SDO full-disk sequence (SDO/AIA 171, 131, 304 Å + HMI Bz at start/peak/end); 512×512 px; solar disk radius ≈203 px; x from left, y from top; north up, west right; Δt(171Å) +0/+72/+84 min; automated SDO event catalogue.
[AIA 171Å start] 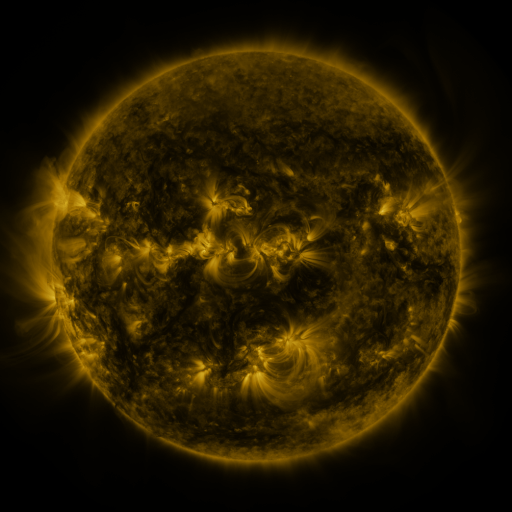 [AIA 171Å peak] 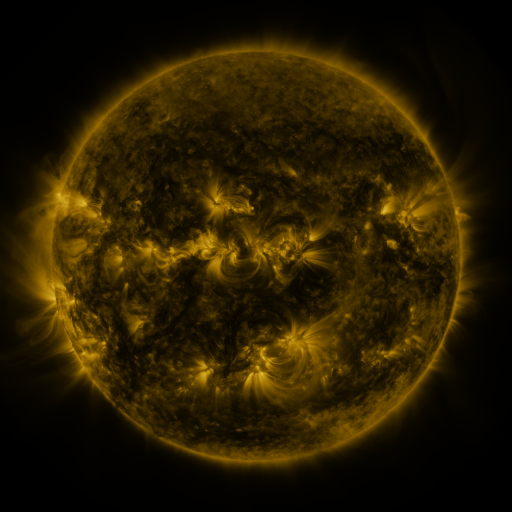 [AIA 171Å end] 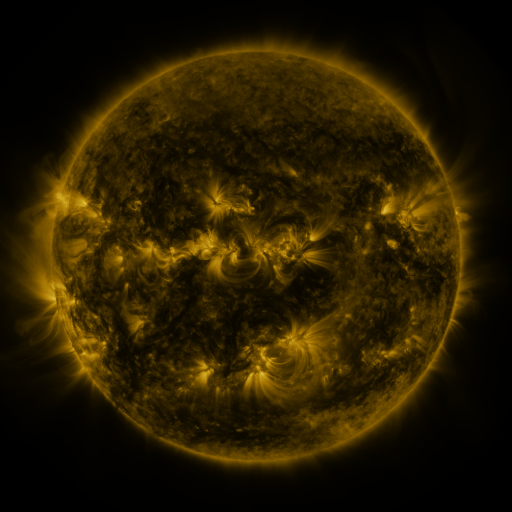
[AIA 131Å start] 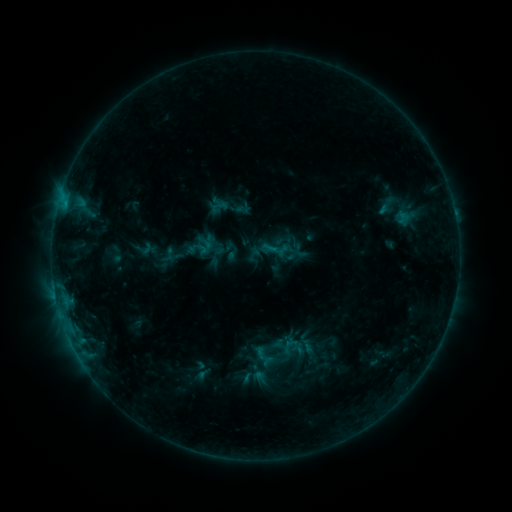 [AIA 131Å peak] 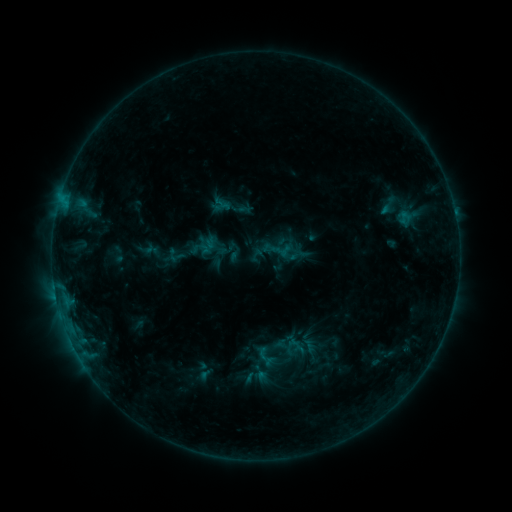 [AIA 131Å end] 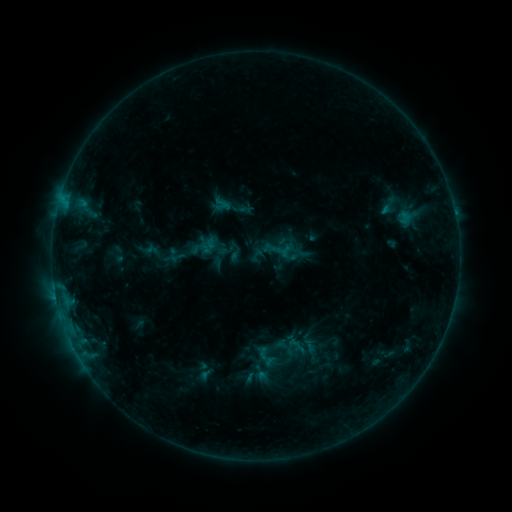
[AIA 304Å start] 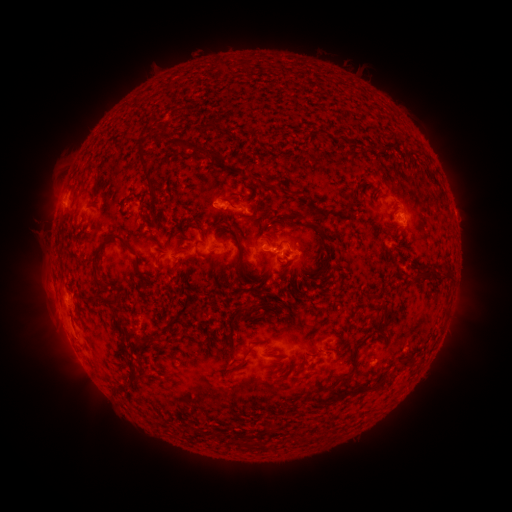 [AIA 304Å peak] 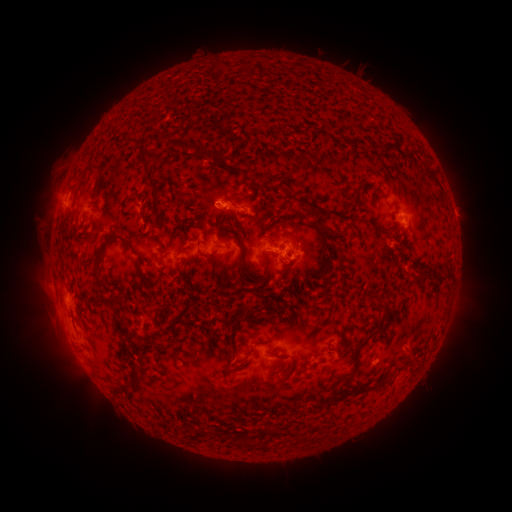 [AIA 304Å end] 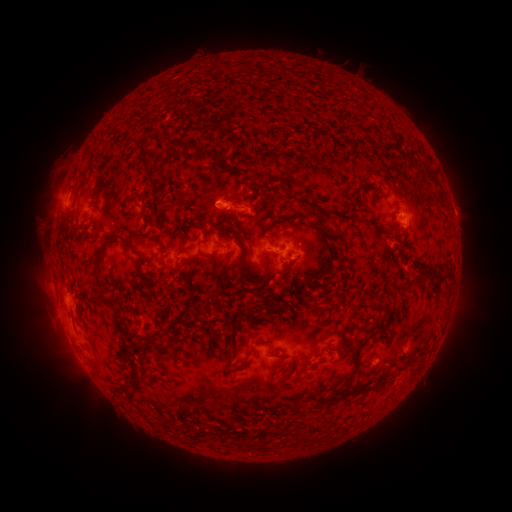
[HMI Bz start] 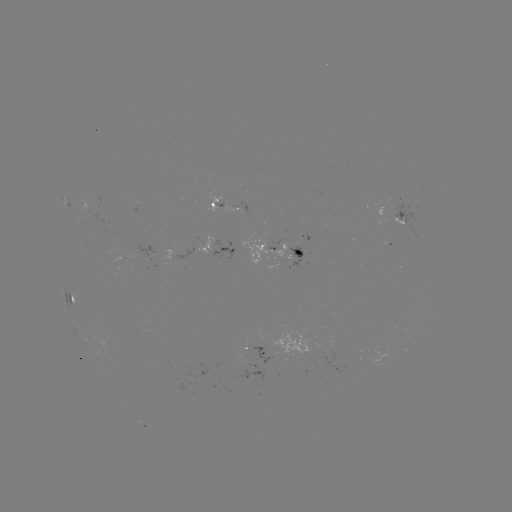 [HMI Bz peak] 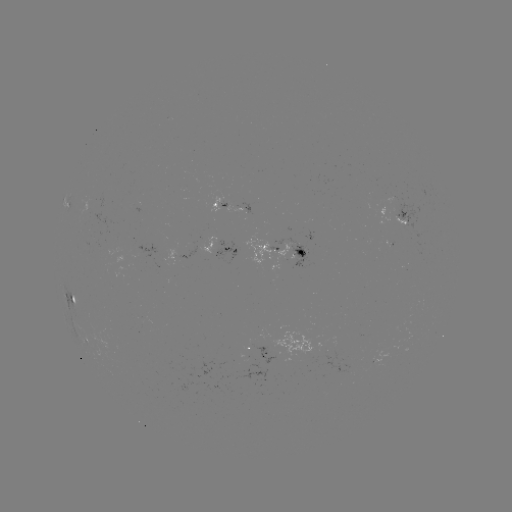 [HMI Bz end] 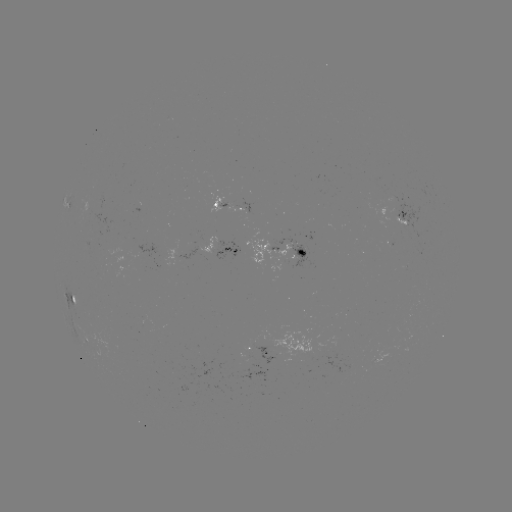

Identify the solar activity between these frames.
emerging-flux region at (403, 224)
